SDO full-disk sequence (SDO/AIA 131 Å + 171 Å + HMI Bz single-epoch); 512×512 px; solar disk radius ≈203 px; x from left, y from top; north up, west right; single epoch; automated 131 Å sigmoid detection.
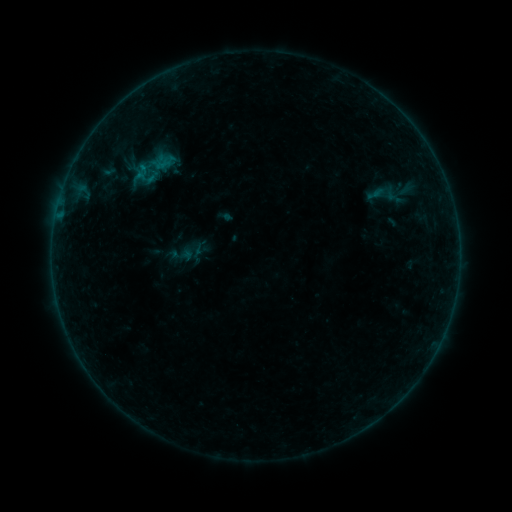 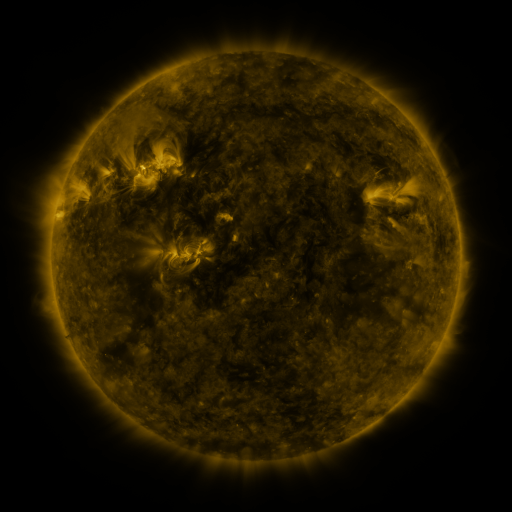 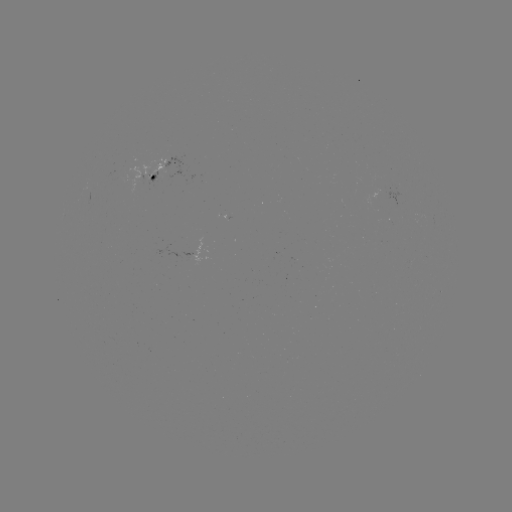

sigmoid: (133, 162, 150, 179)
